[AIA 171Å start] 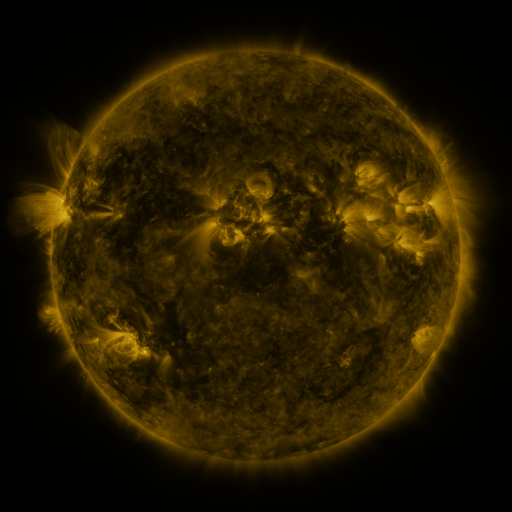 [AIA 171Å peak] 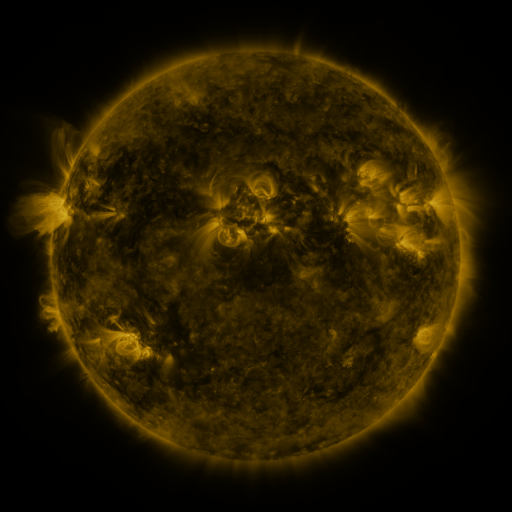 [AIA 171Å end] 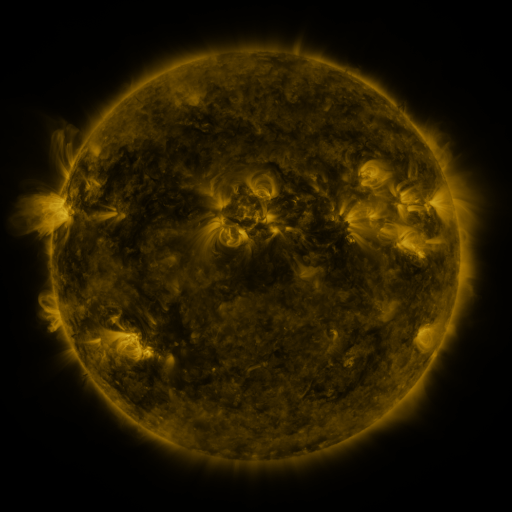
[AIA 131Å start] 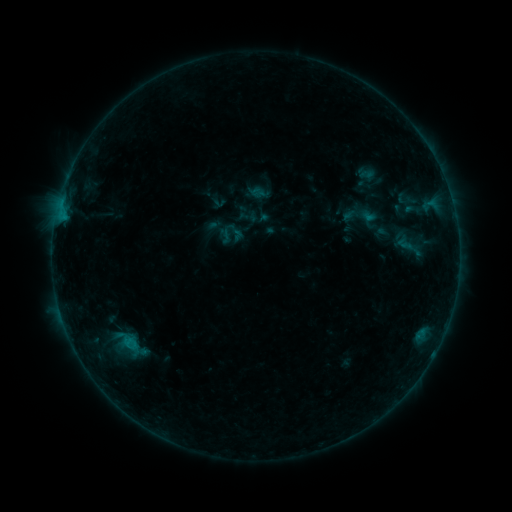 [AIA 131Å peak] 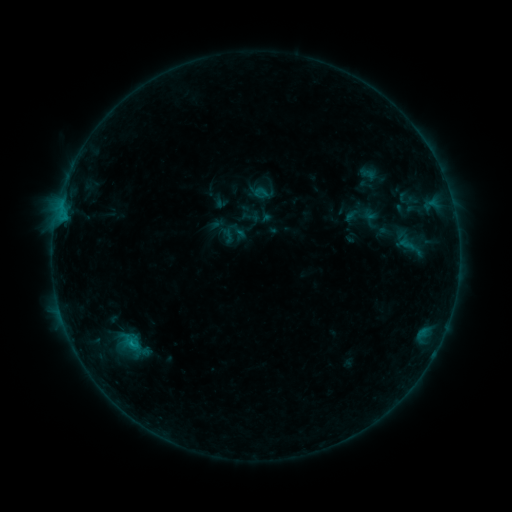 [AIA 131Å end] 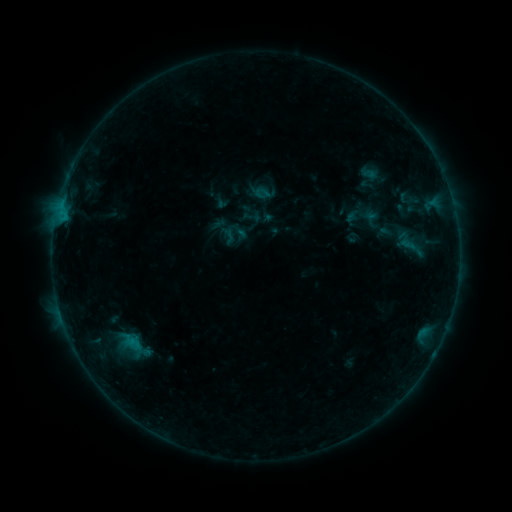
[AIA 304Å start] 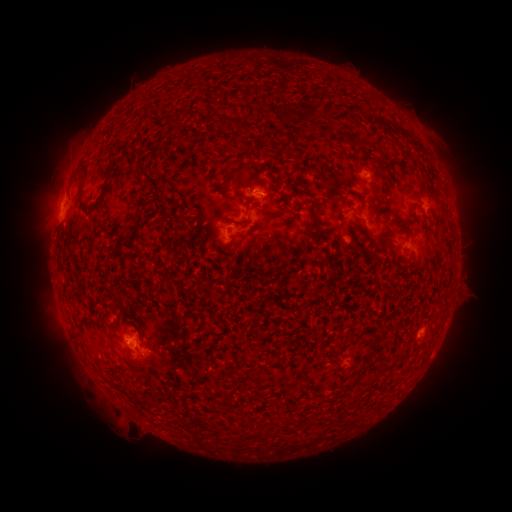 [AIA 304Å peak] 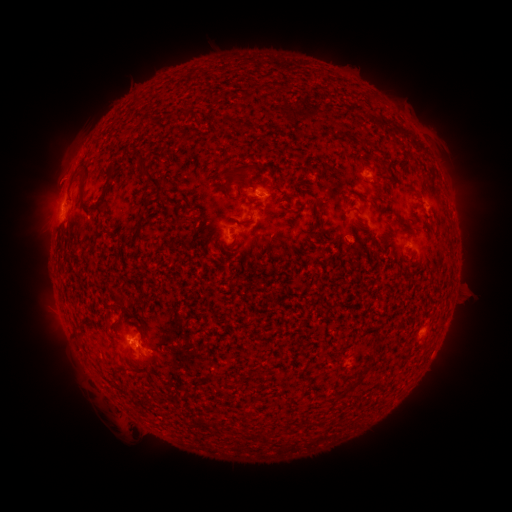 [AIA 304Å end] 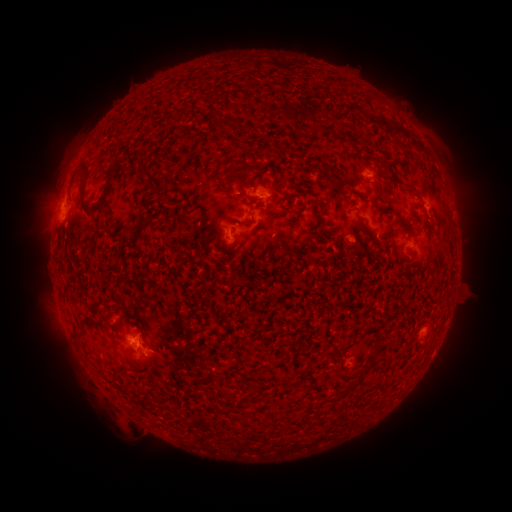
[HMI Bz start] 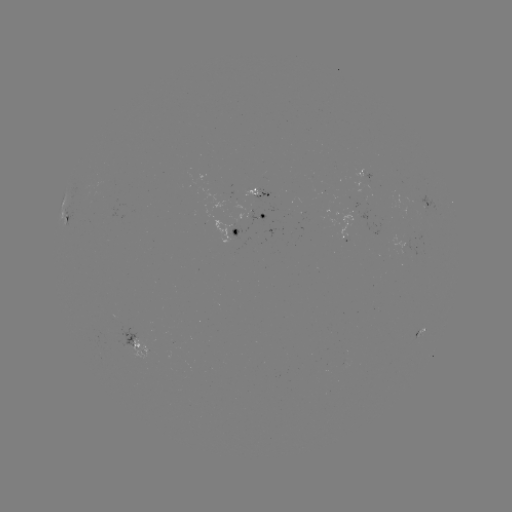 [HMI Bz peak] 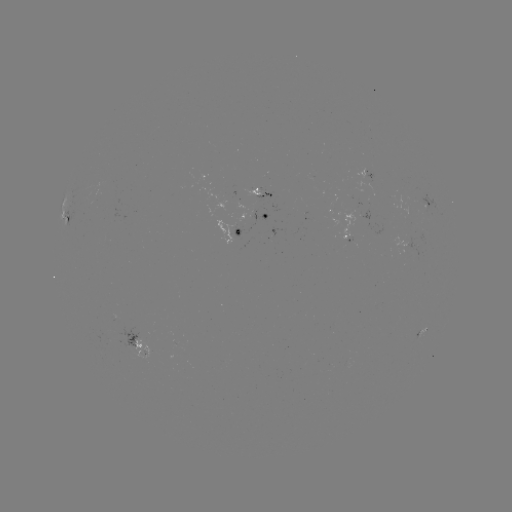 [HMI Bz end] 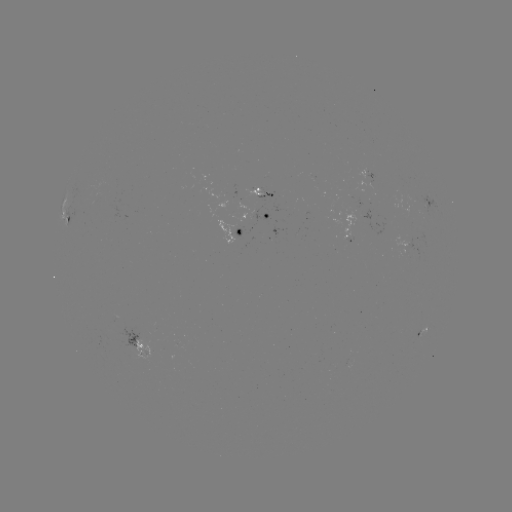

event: emerging-flux region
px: (349, 208)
